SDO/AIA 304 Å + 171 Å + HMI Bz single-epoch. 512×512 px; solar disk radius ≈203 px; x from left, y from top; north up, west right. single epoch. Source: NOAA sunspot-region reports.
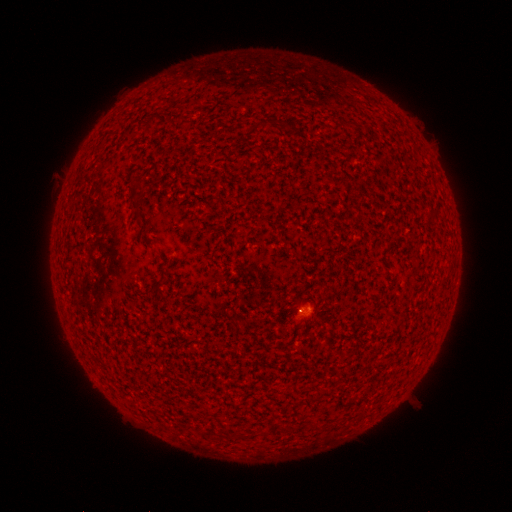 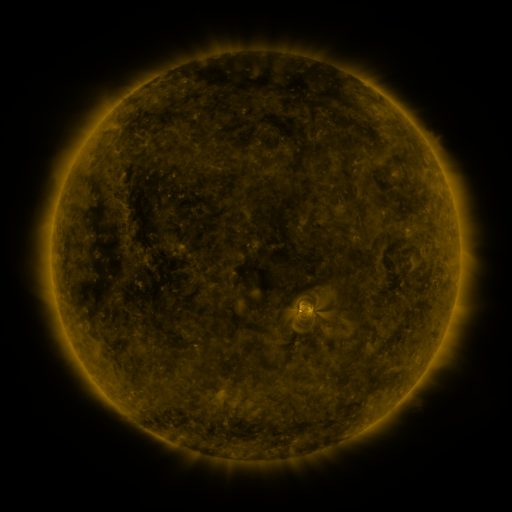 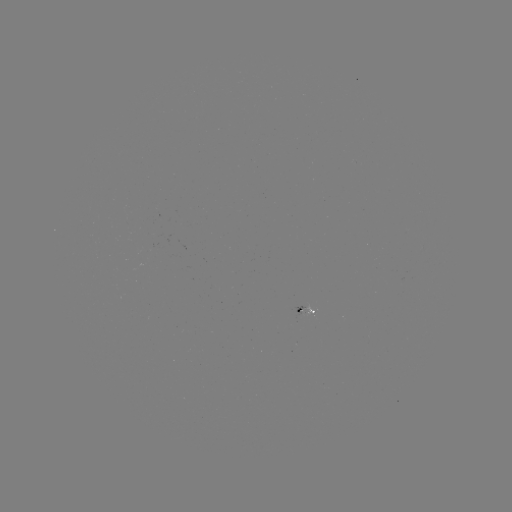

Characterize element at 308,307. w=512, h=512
spotted active region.